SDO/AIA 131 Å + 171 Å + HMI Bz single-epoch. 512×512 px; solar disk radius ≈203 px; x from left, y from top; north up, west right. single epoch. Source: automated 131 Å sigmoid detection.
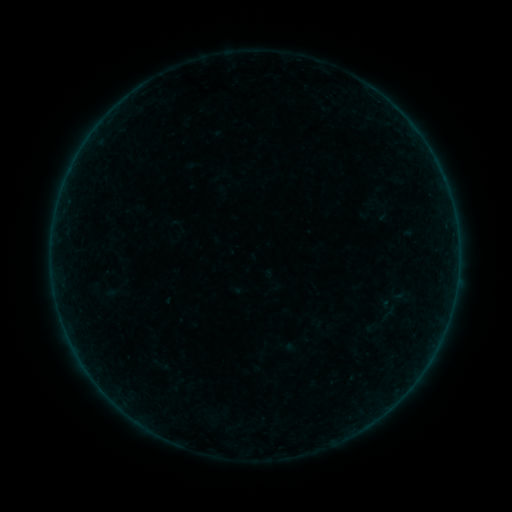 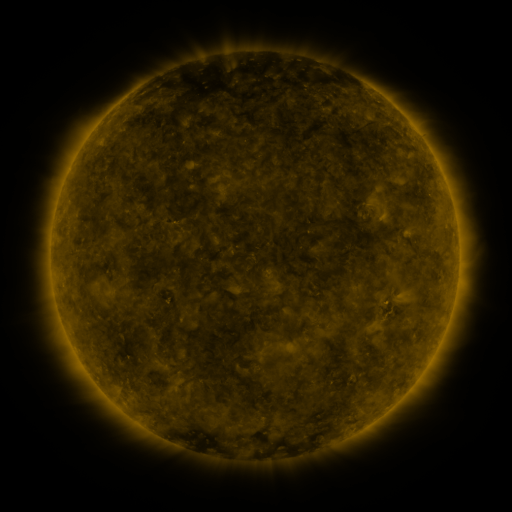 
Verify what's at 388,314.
sigmoid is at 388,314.